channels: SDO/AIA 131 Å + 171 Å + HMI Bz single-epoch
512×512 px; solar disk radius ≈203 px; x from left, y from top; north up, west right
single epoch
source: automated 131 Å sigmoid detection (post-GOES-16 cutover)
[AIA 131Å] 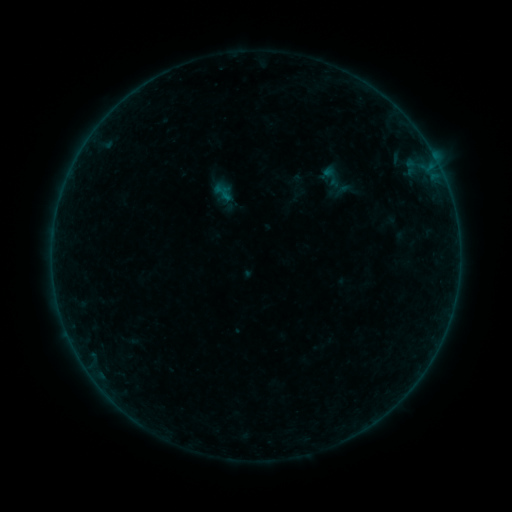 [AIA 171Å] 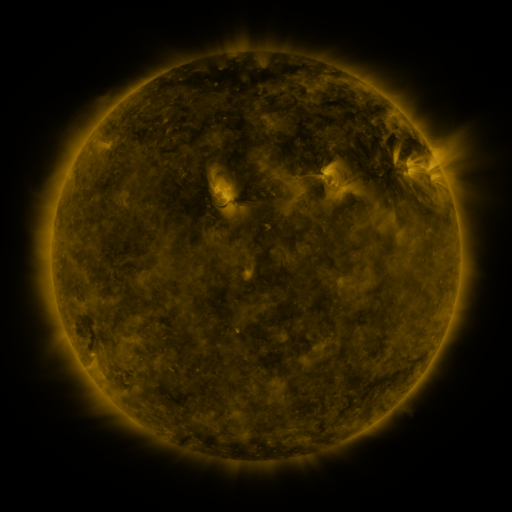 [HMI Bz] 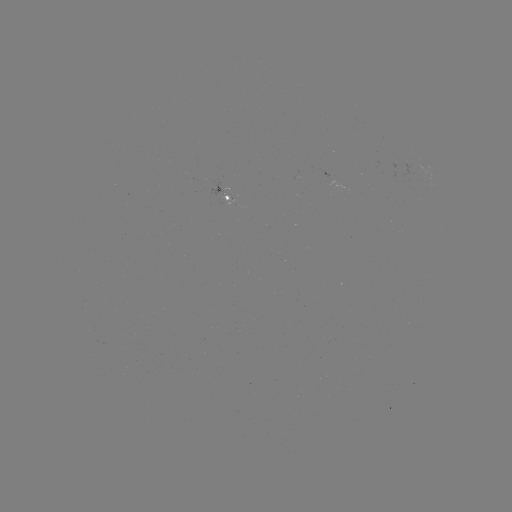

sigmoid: <bbox>311, 162, 352, 191</bbox>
